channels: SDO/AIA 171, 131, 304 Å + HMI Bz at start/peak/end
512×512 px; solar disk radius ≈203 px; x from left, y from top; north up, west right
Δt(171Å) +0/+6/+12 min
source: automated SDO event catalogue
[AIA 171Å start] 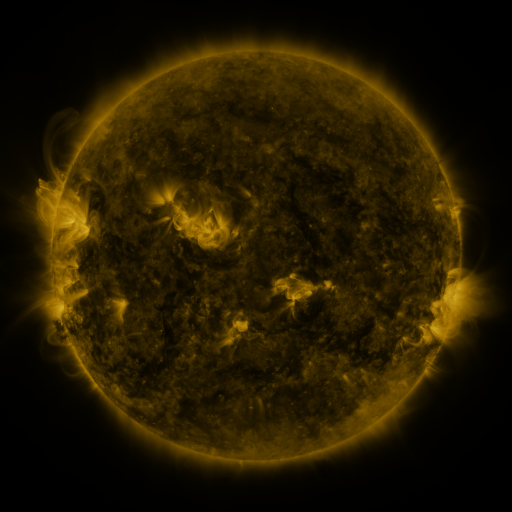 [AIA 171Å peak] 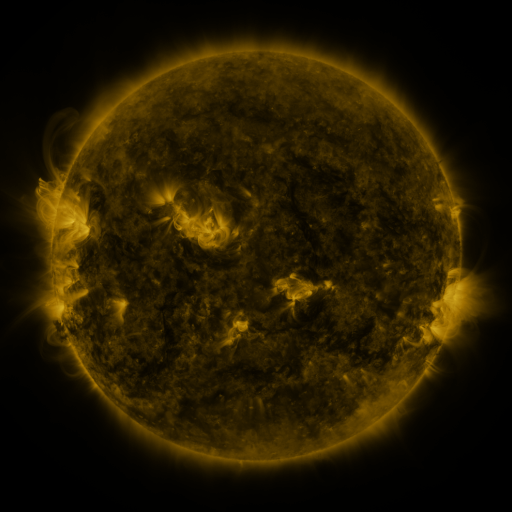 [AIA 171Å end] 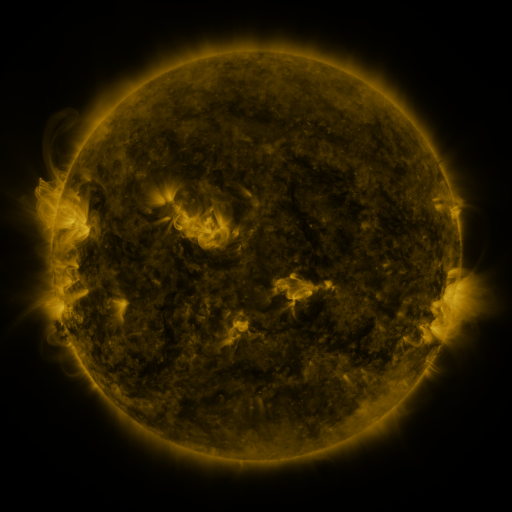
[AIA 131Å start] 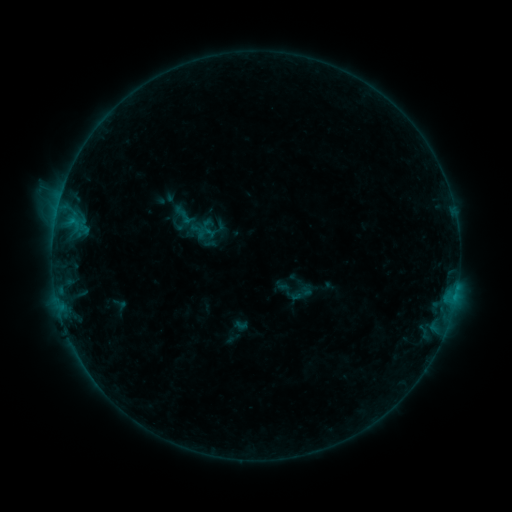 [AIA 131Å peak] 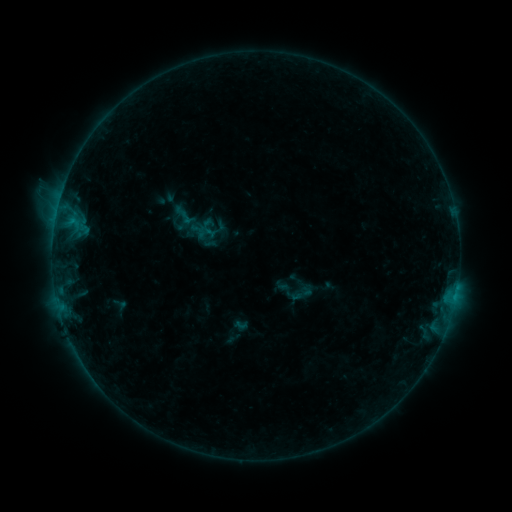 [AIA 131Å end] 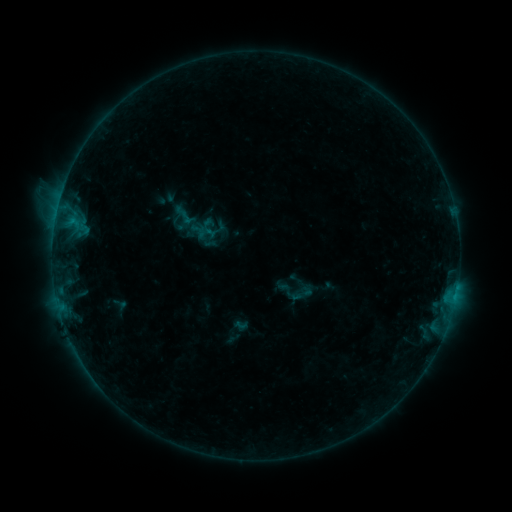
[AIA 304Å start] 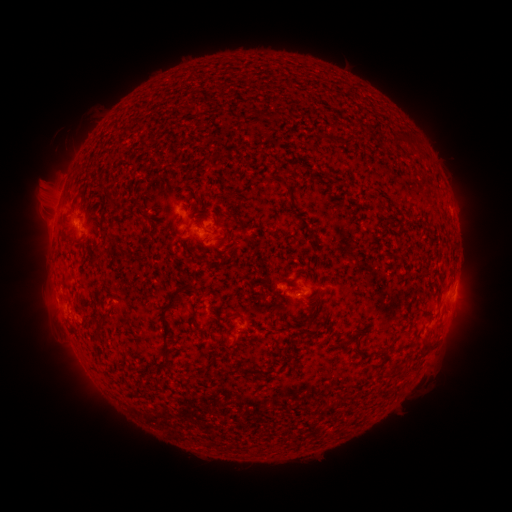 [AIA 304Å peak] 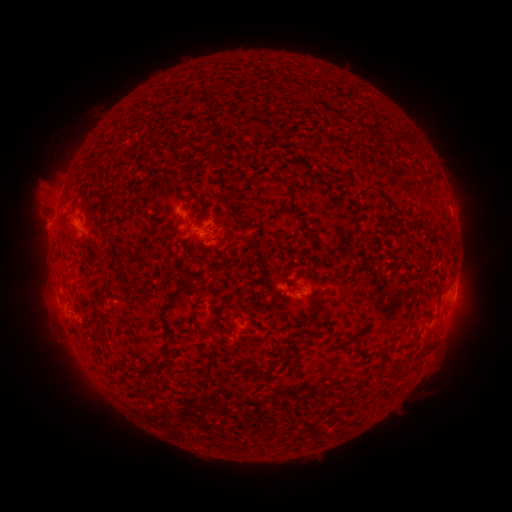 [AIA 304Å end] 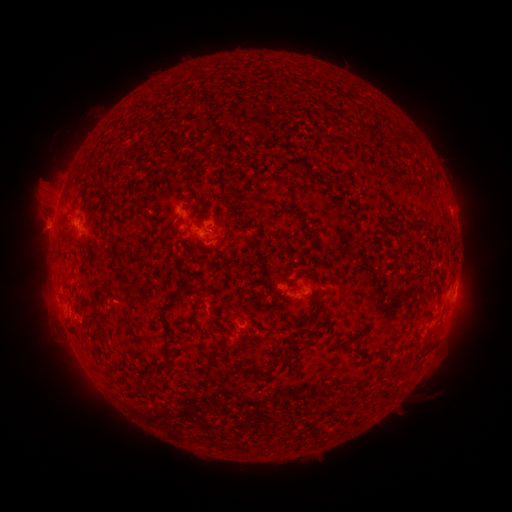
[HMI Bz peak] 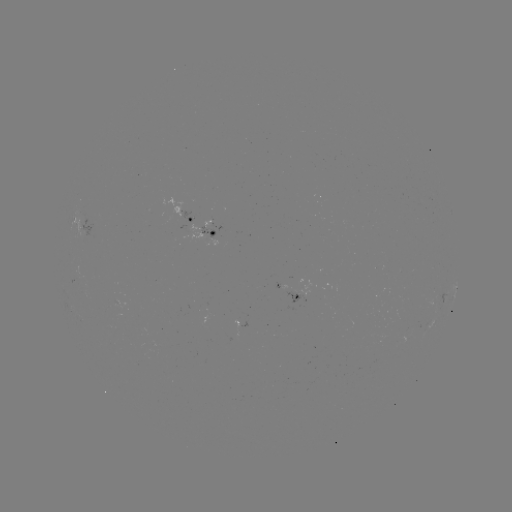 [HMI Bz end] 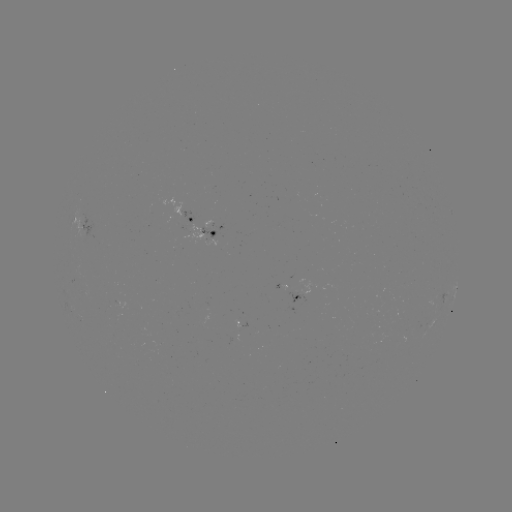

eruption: (24, 212, 64, 251)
